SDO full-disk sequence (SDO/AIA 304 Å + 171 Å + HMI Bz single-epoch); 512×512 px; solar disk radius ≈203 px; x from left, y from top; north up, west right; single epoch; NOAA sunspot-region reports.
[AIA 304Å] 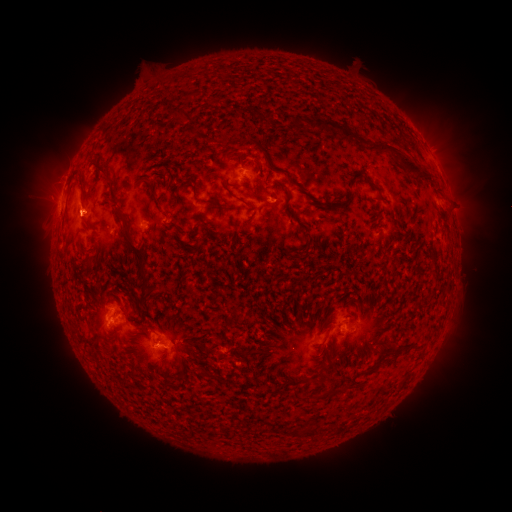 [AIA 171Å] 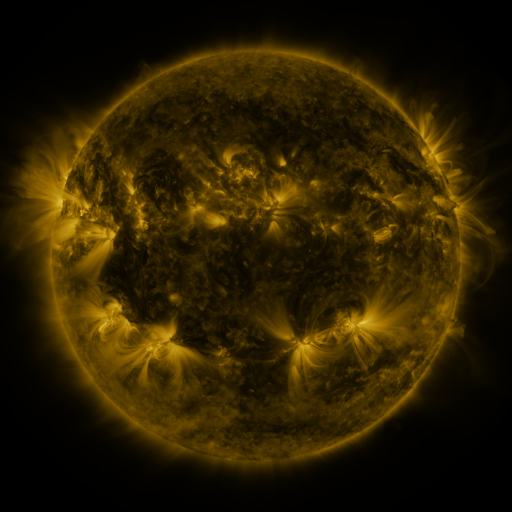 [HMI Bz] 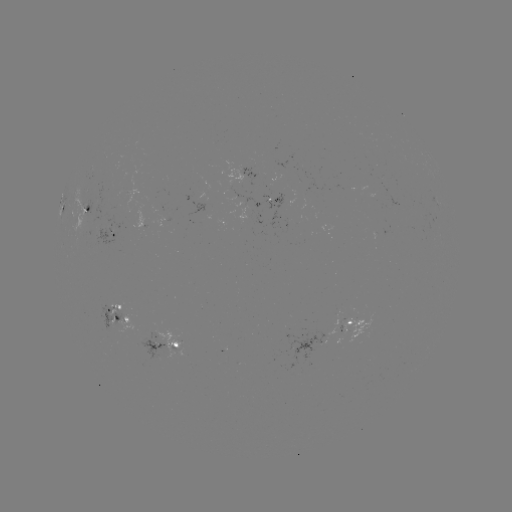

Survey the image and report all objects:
spotted active region: (436, 164)
spotted active region: (246, 177)
spotted active region: (437, 206)
spotted active region: (61, 208)
spotted active region: (88, 210)
spotted active region: (115, 237)
spotted active region: (378, 241)
spotted active region: (120, 321)
spotted active region: (350, 325)
spotted active region: (174, 345)
spotted active region: (310, 346)
